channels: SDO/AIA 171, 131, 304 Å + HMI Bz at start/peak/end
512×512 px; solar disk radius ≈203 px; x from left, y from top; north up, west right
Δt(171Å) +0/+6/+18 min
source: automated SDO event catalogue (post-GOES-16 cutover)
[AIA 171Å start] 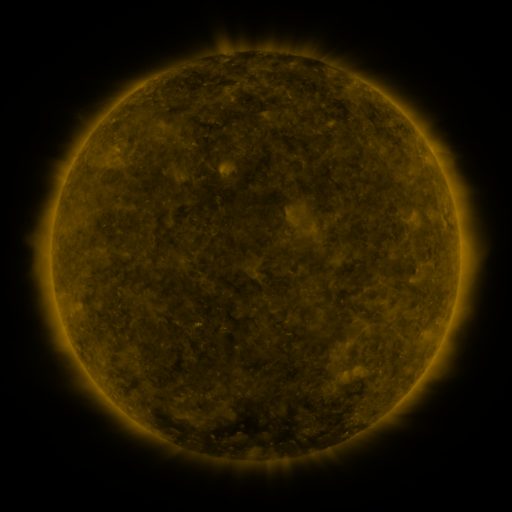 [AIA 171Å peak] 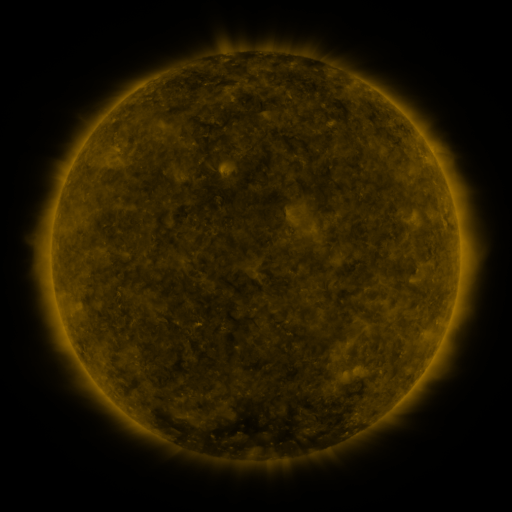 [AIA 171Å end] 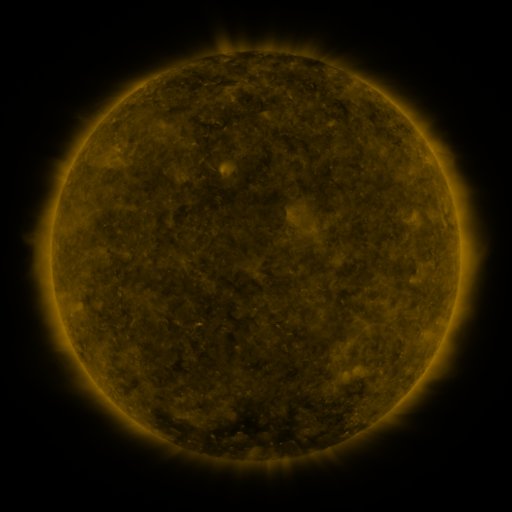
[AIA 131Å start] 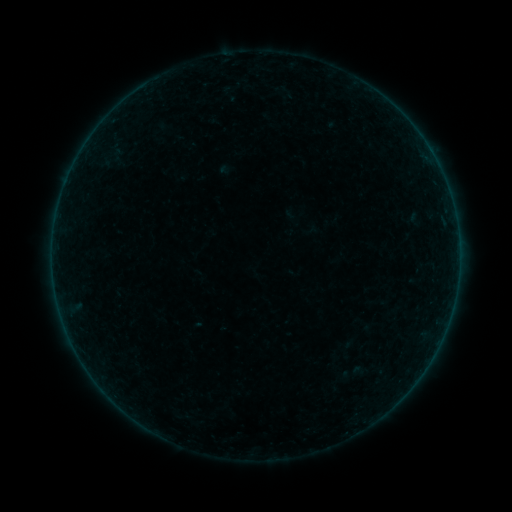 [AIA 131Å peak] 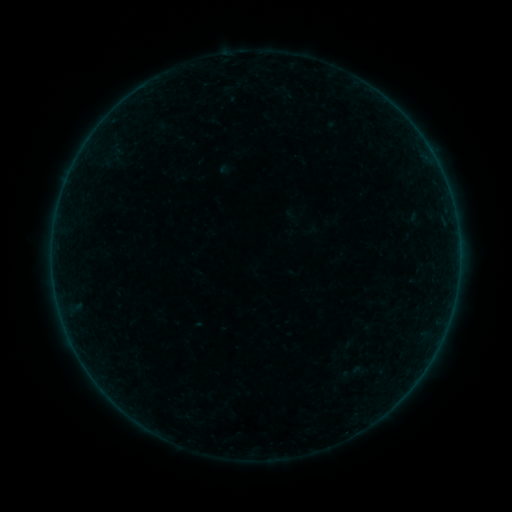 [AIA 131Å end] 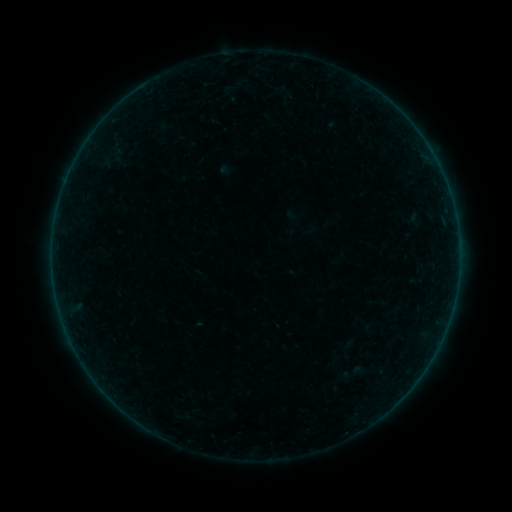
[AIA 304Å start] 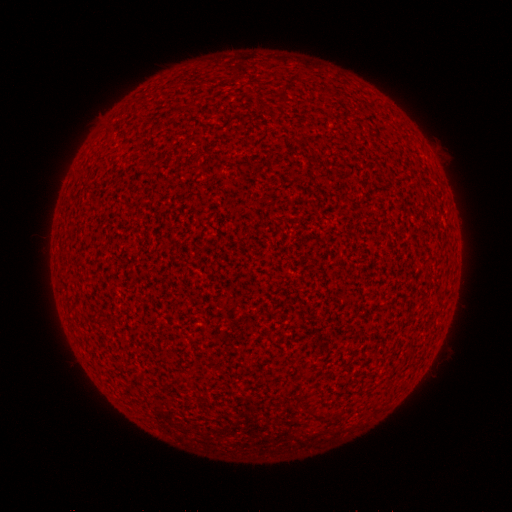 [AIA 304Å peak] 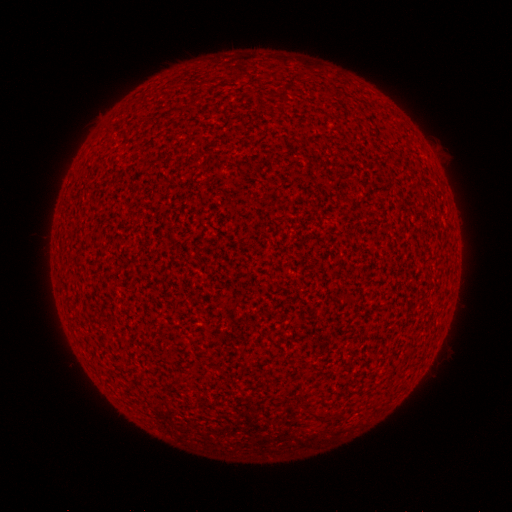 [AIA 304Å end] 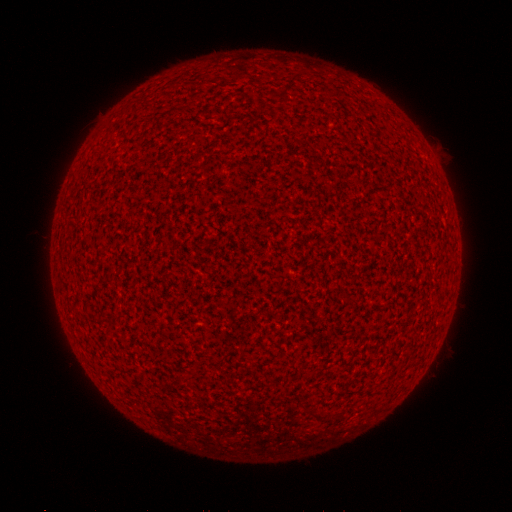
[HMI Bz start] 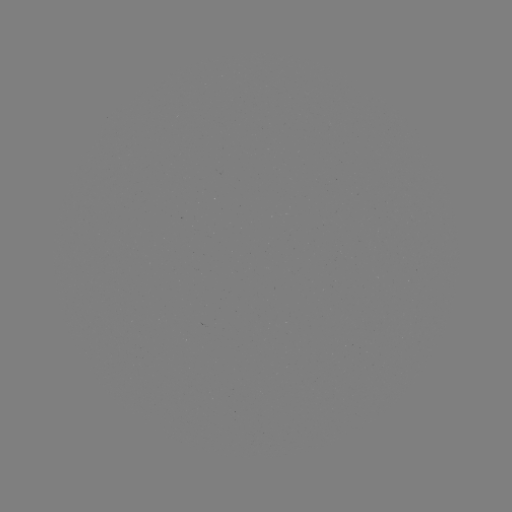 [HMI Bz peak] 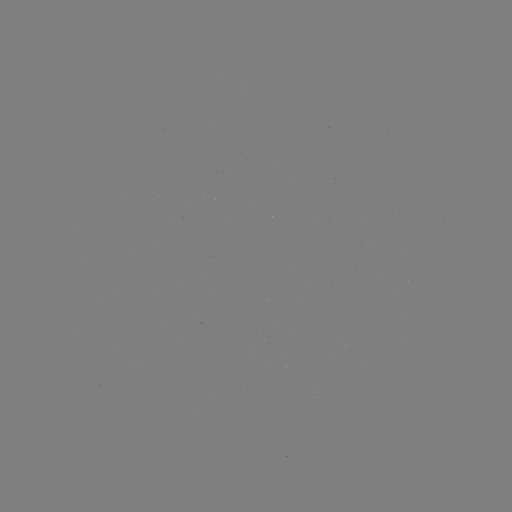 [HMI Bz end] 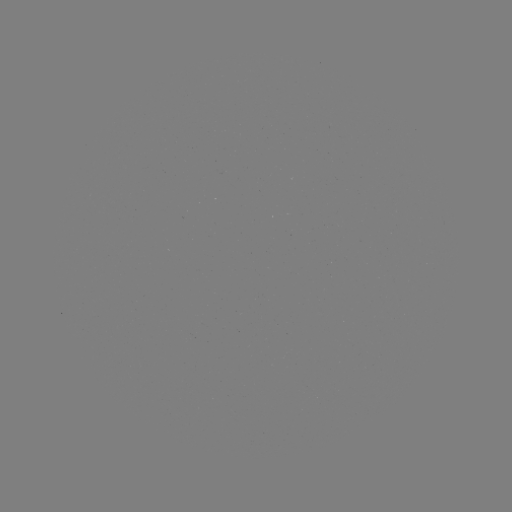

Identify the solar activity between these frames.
nothing was catalogued: no classed flare, no EUV trigger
